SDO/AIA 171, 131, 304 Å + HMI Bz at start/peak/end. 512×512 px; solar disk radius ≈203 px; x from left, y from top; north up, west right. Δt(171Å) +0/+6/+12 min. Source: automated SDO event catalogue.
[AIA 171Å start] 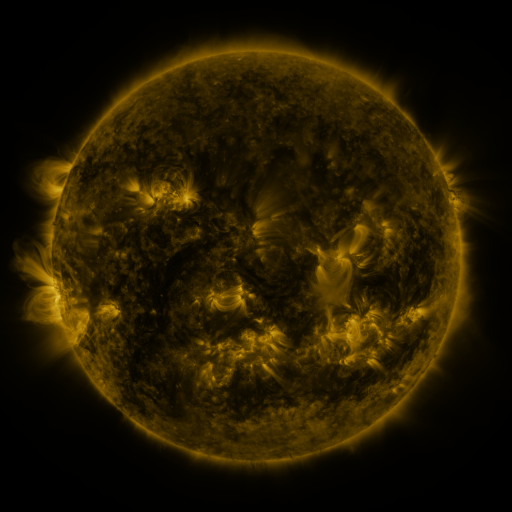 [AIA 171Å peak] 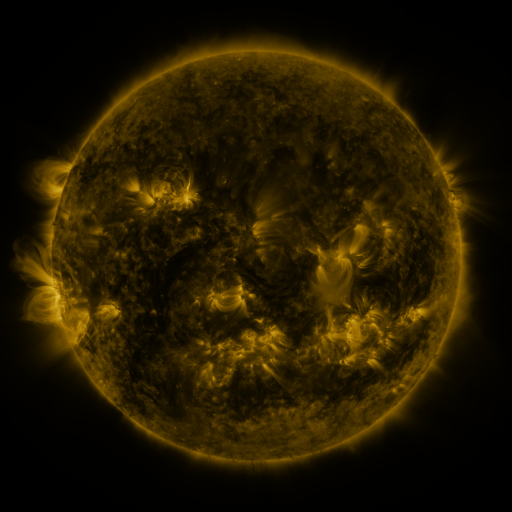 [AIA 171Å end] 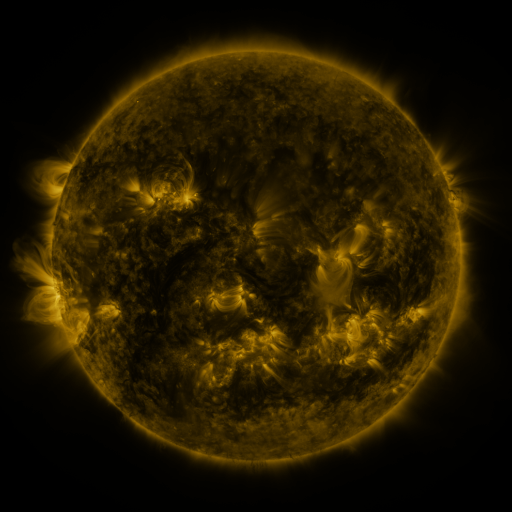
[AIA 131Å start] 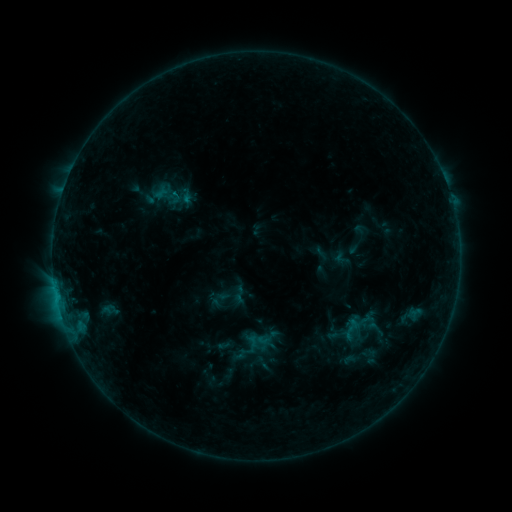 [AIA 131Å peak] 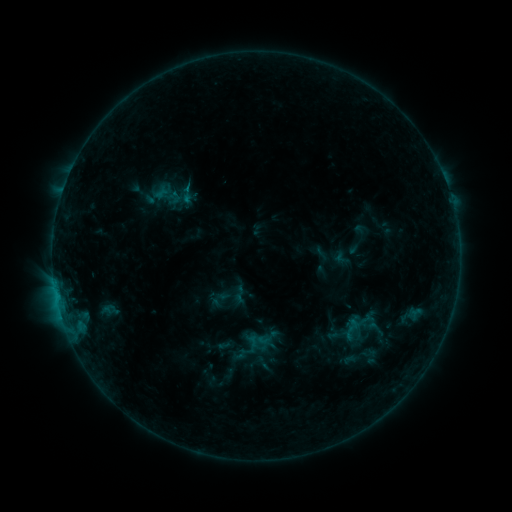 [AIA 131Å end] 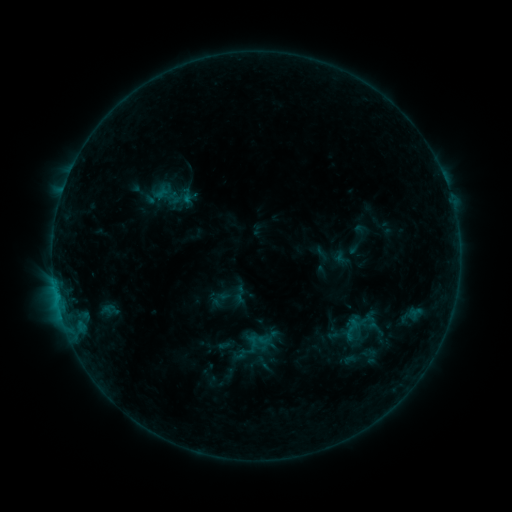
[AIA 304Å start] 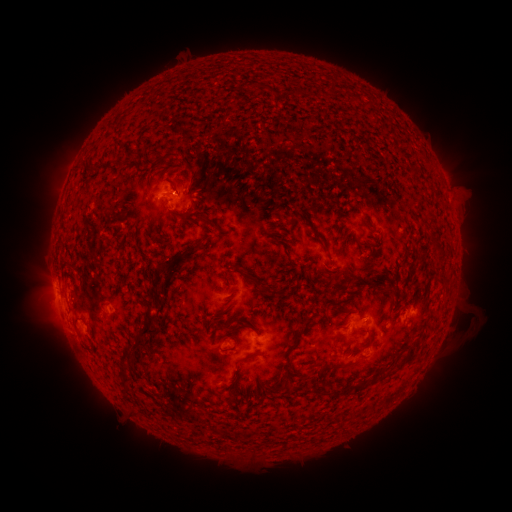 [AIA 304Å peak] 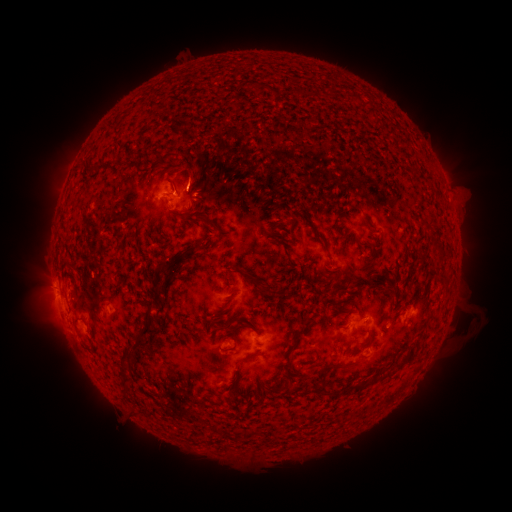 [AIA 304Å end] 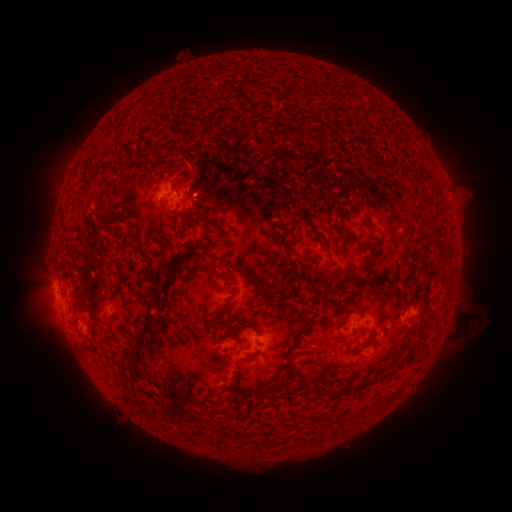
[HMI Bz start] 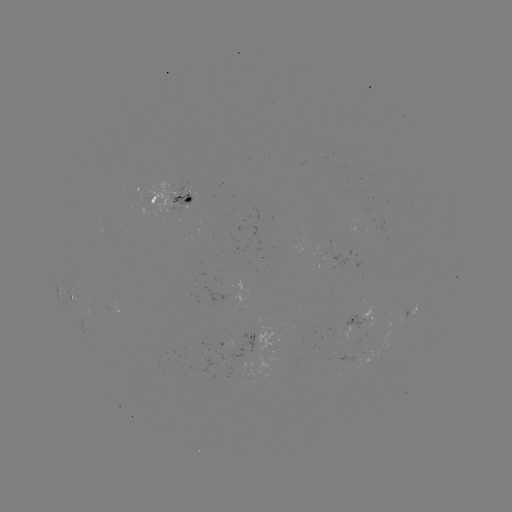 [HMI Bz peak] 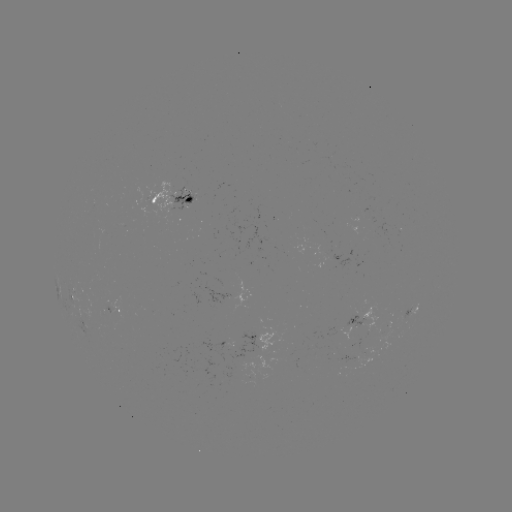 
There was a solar eruption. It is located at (196, 170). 